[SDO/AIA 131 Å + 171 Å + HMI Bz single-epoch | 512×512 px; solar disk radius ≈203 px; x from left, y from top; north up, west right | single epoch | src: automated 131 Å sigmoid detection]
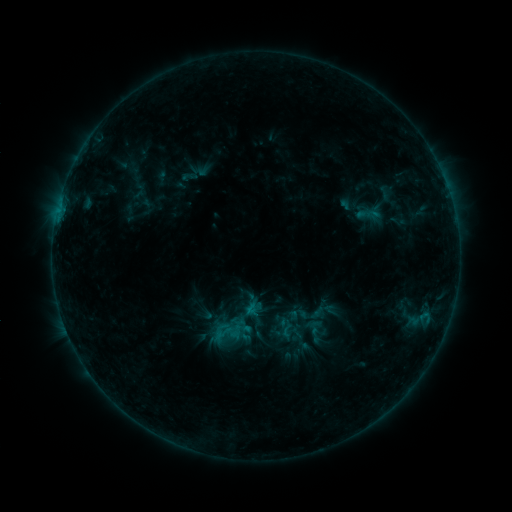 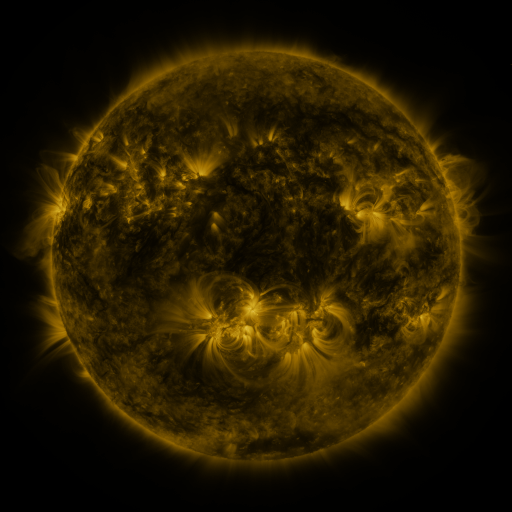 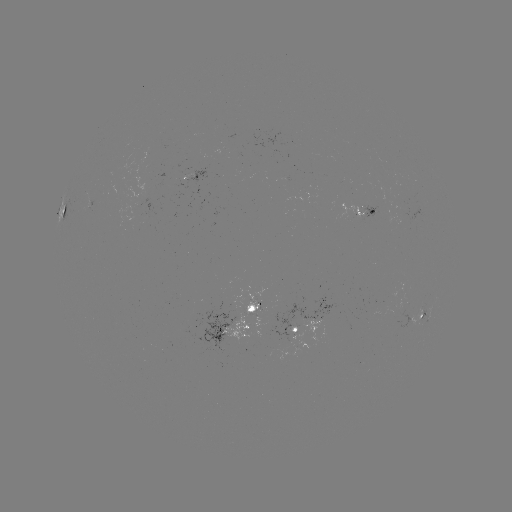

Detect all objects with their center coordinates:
sigmoid: <bbox>208, 316, 244, 348</bbox>
